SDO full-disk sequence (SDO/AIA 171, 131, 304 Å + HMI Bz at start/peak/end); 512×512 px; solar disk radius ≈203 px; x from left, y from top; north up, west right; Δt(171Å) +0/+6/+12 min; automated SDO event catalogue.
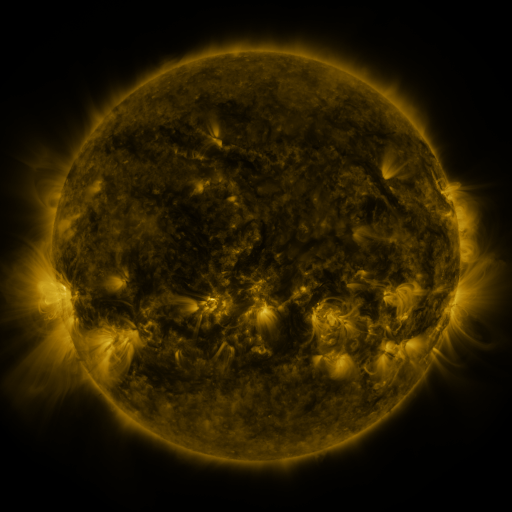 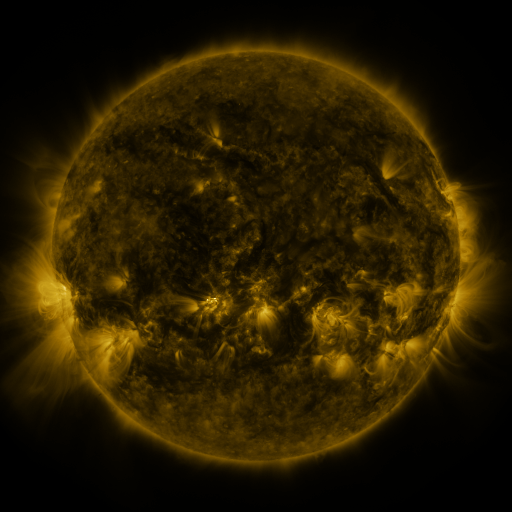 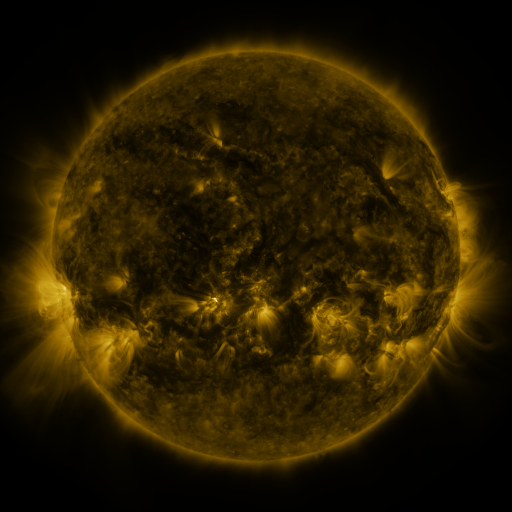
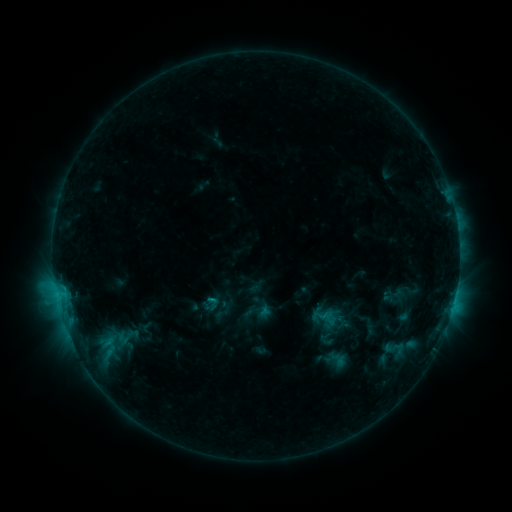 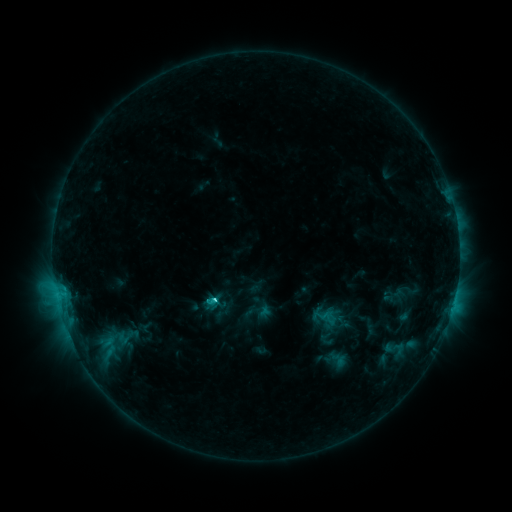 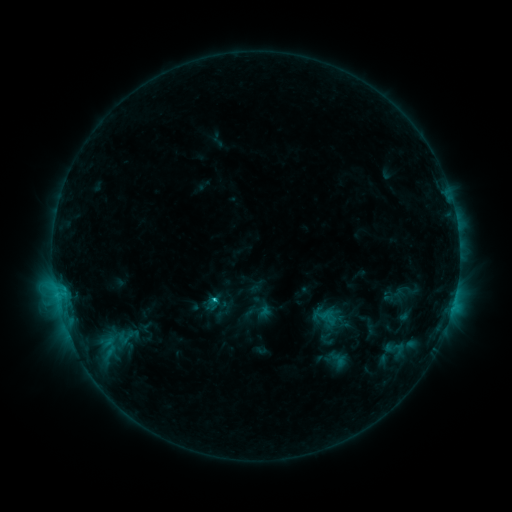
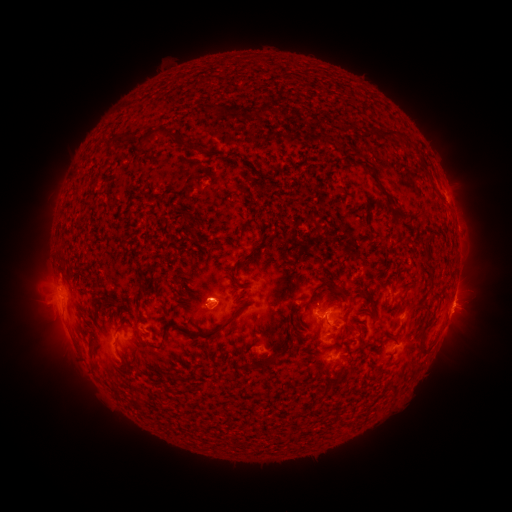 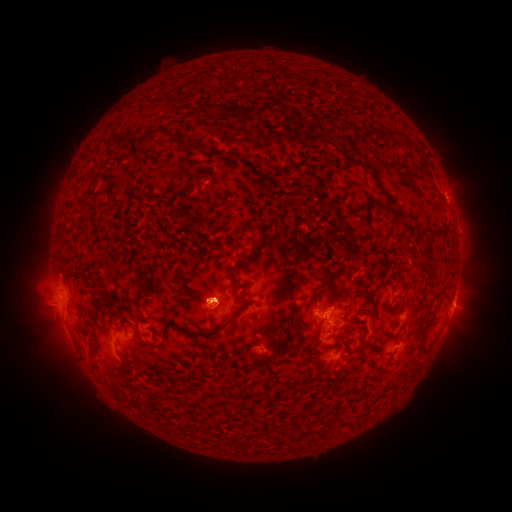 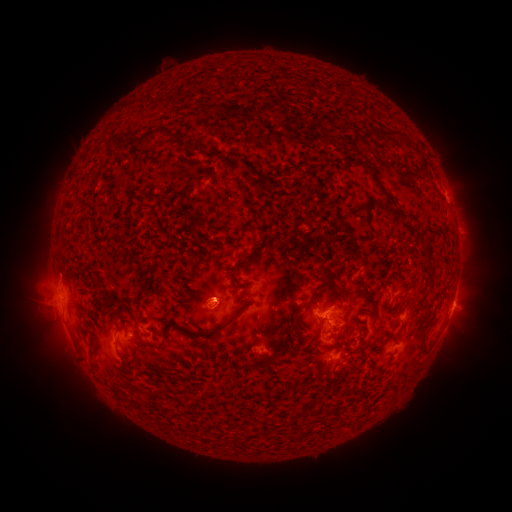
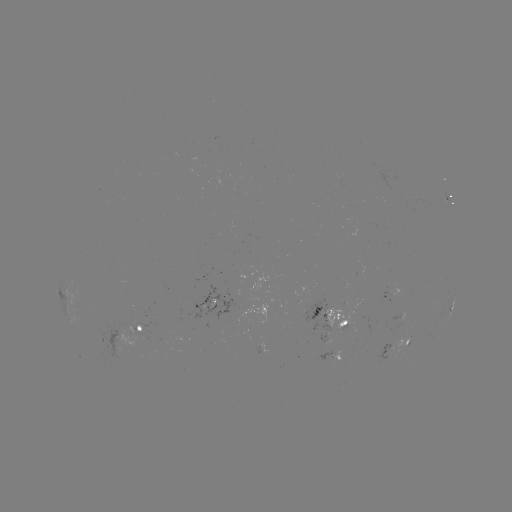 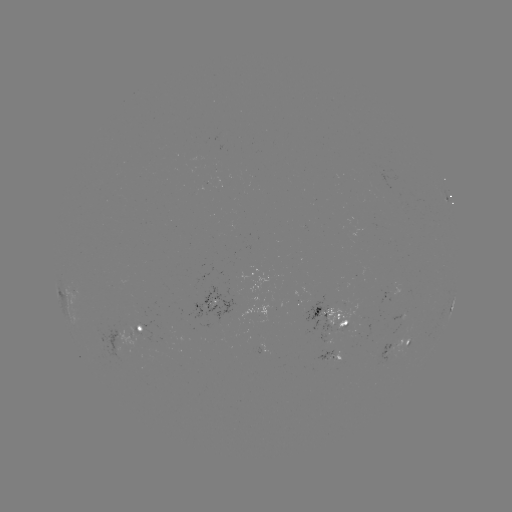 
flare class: C1.9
